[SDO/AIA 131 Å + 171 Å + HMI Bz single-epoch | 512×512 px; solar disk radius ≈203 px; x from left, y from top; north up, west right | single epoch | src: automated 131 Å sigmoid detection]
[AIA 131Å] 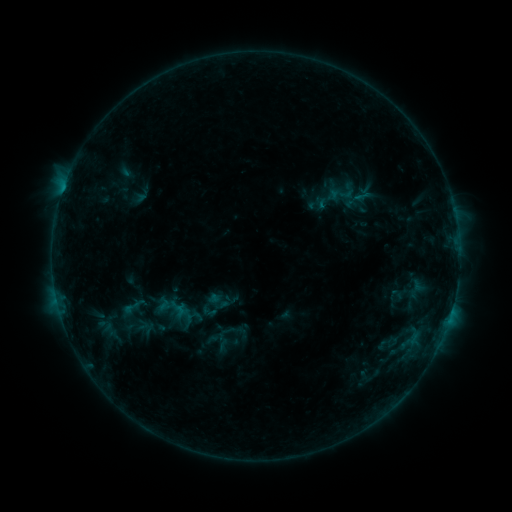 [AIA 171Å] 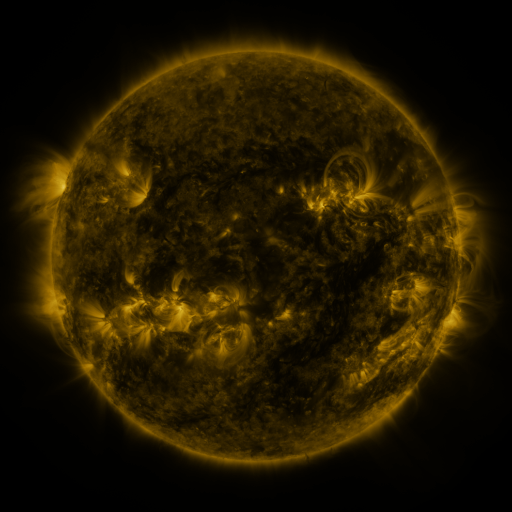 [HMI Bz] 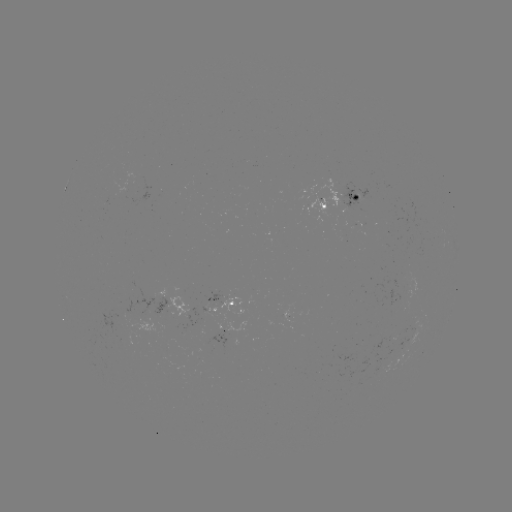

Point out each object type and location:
sigmoid: (321, 177, 363, 209)
sigmoid: (121, 295, 145, 317)
